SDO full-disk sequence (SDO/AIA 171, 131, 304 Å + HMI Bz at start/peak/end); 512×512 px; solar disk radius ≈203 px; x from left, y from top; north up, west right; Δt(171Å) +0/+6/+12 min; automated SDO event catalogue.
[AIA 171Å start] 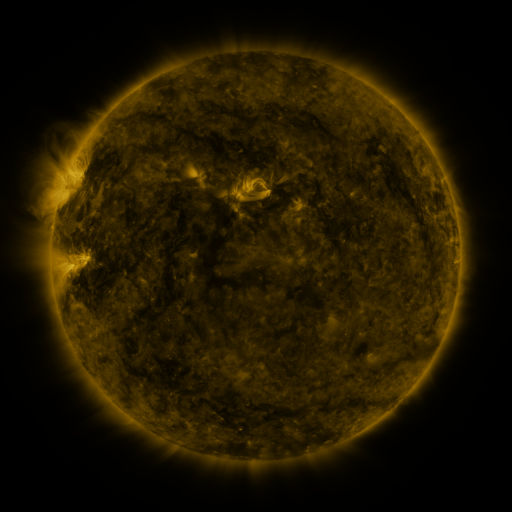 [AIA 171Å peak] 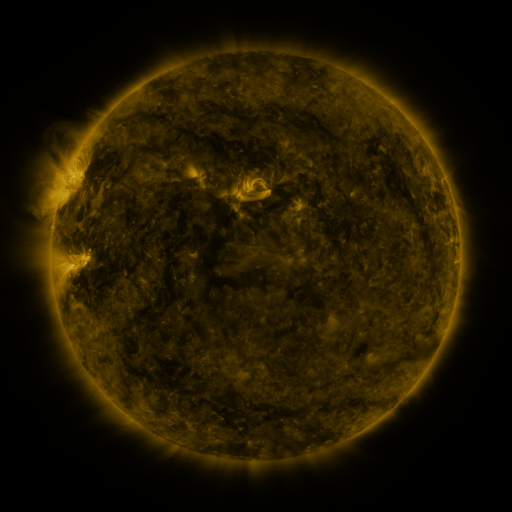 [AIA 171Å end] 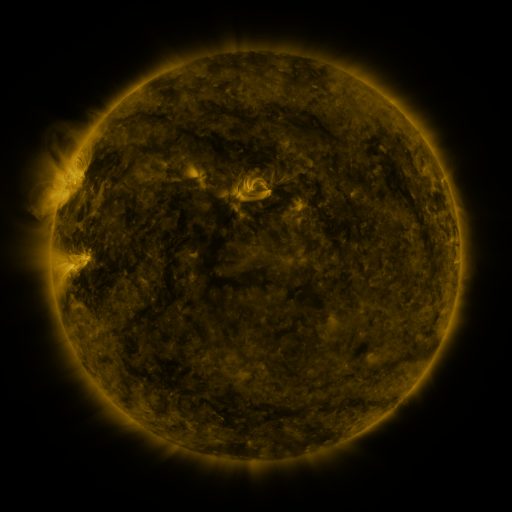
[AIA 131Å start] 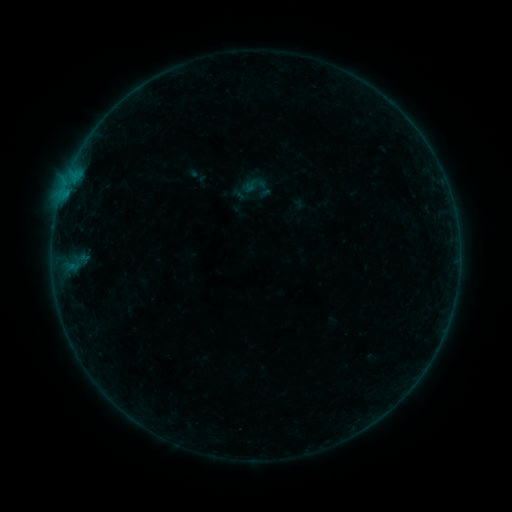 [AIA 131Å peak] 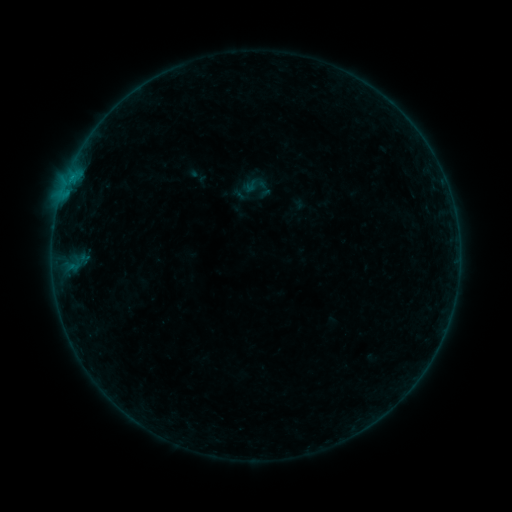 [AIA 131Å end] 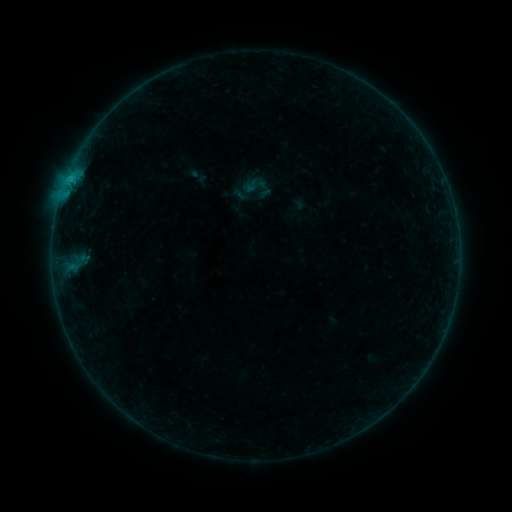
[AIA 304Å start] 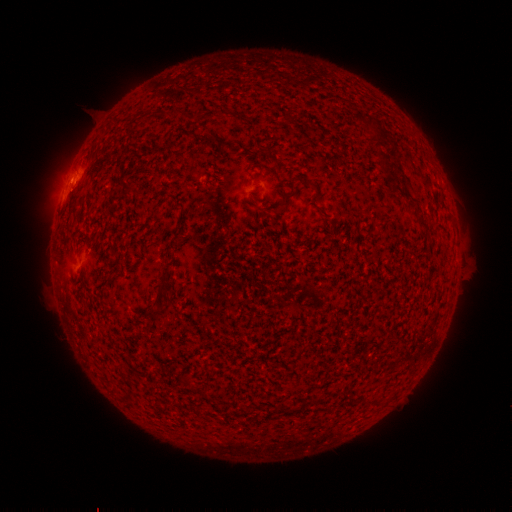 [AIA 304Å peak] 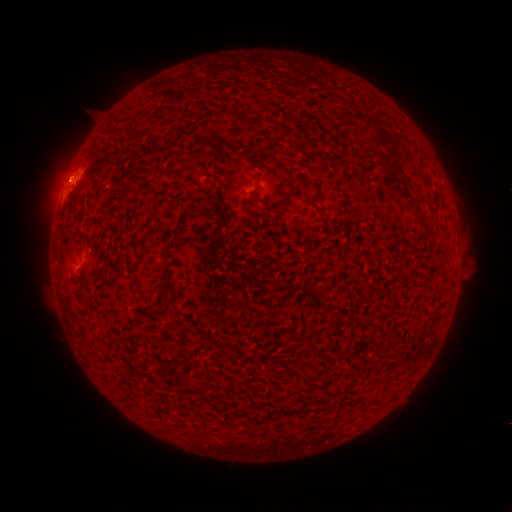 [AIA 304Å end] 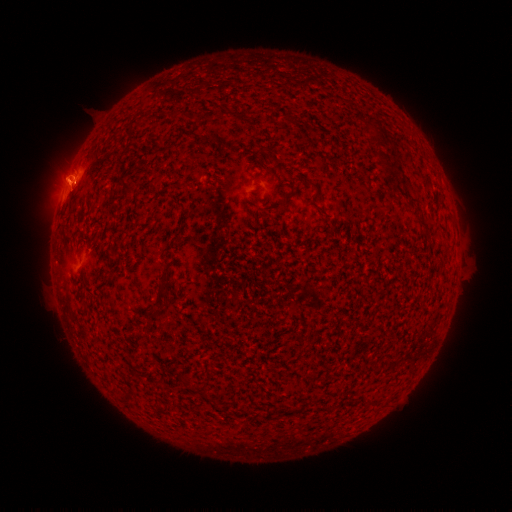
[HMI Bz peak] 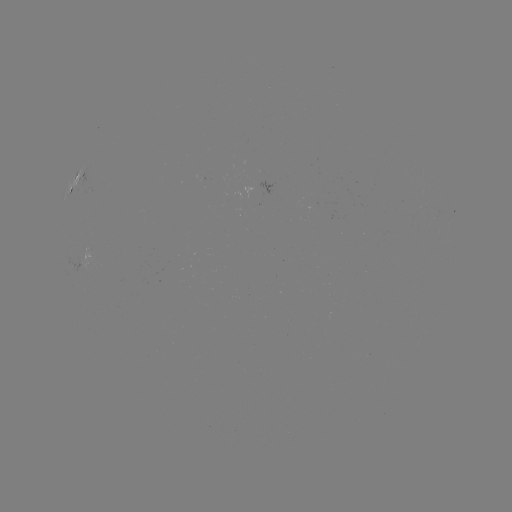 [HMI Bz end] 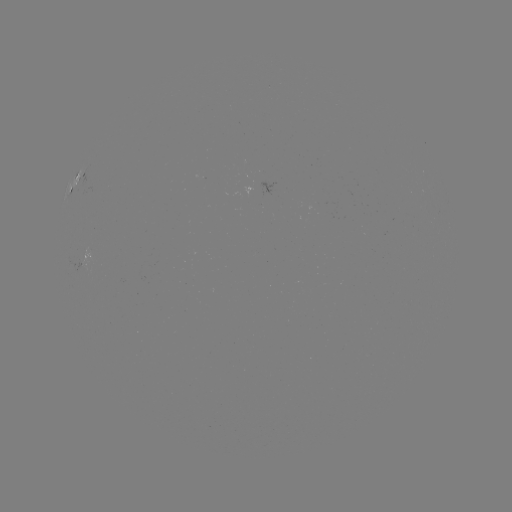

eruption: <bbox>34, 145, 89, 202</bbox>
